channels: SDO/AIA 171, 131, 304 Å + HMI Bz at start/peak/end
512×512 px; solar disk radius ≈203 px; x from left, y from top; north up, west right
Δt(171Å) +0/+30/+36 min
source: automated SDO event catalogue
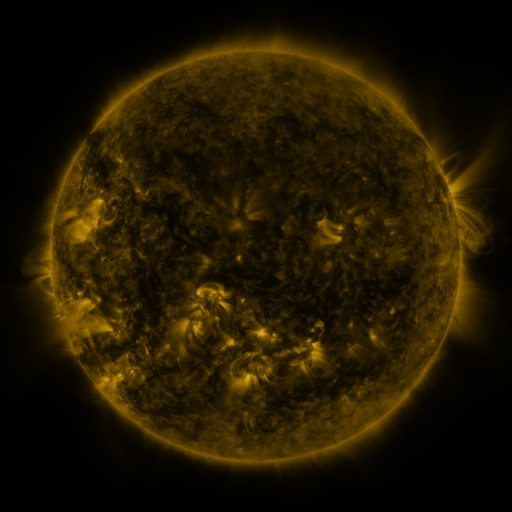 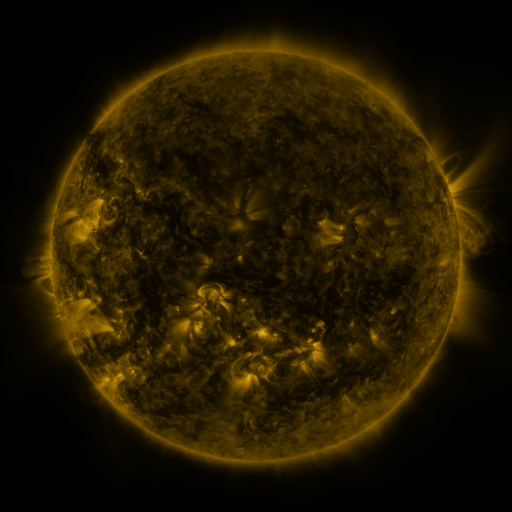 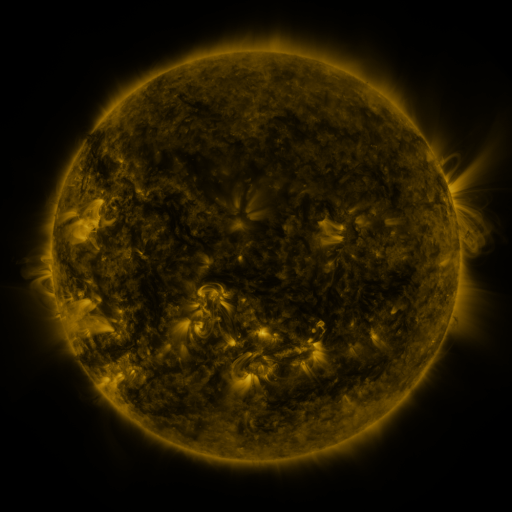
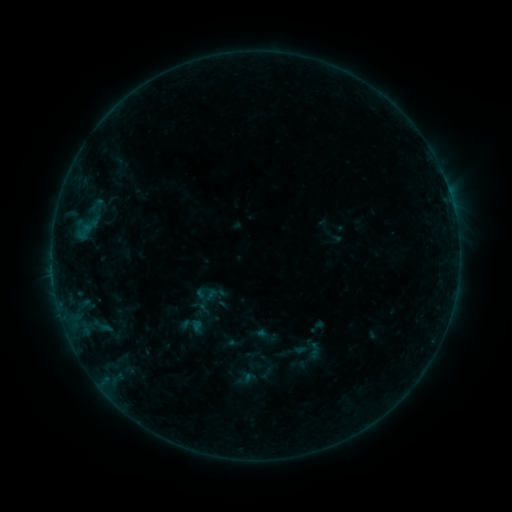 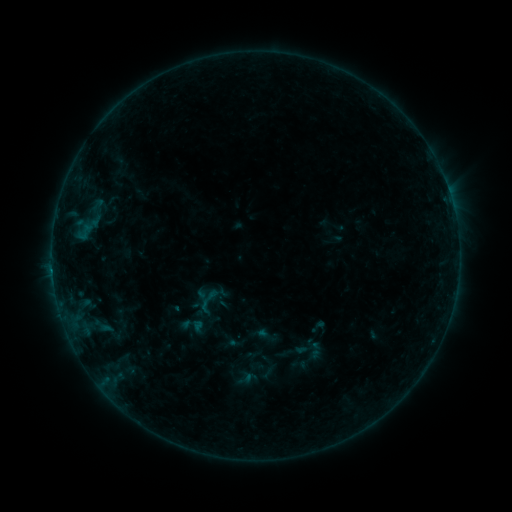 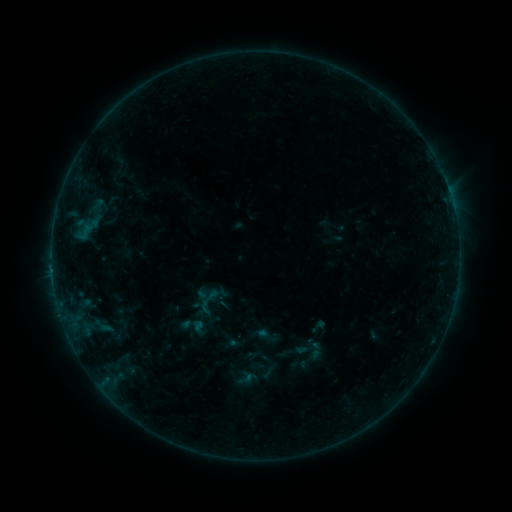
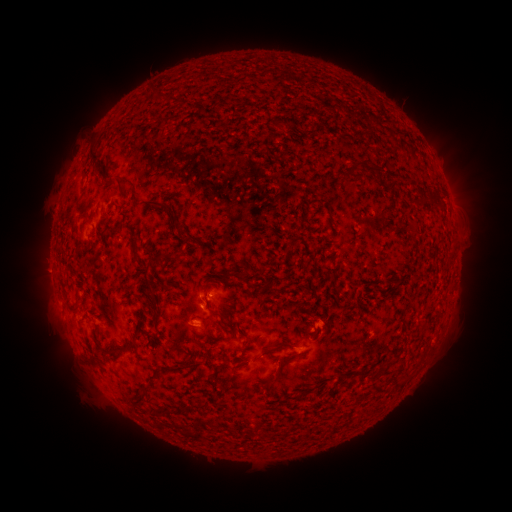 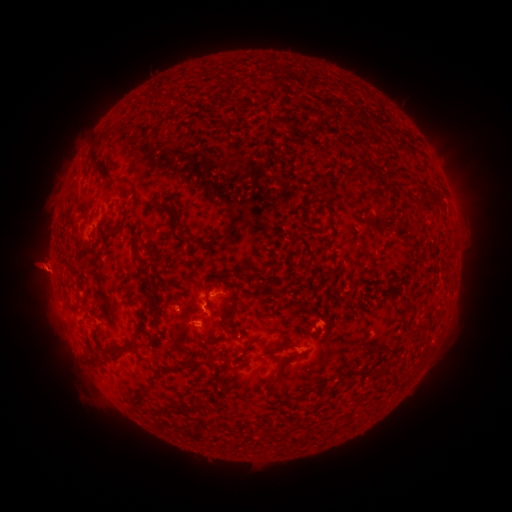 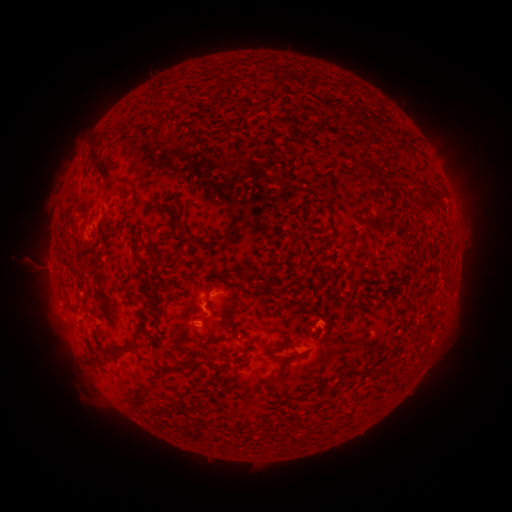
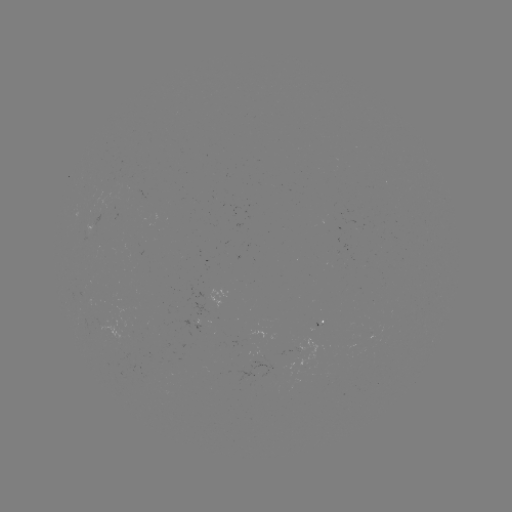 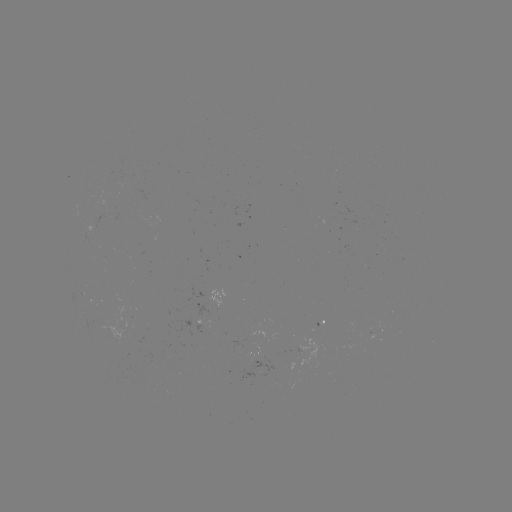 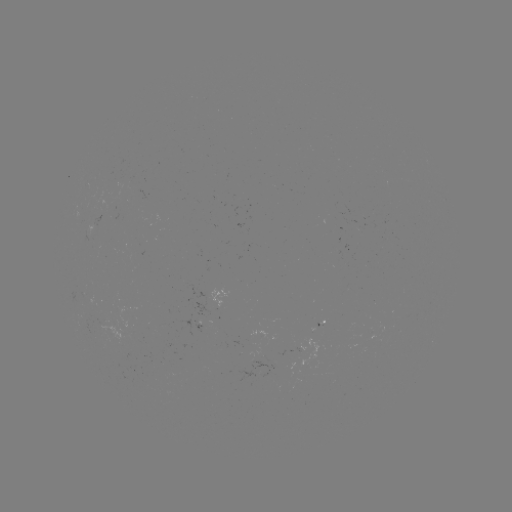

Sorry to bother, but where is B2.9 flare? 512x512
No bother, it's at (53, 266).